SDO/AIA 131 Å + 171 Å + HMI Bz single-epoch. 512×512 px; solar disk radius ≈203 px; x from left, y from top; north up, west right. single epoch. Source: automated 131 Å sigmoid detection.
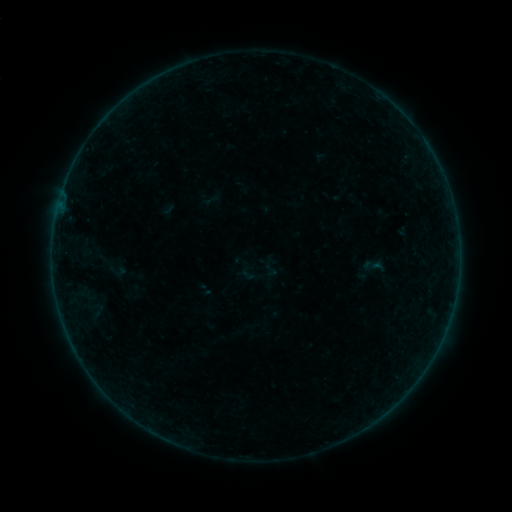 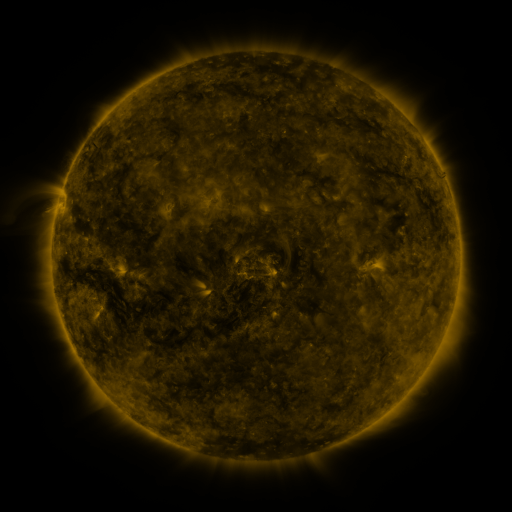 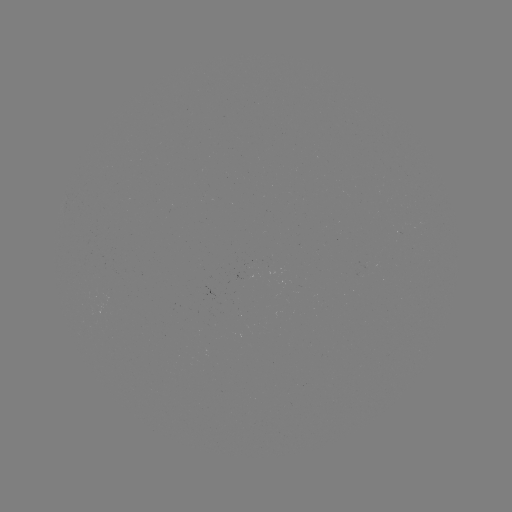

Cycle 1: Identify sigmoid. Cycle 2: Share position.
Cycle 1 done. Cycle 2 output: (270, 270).